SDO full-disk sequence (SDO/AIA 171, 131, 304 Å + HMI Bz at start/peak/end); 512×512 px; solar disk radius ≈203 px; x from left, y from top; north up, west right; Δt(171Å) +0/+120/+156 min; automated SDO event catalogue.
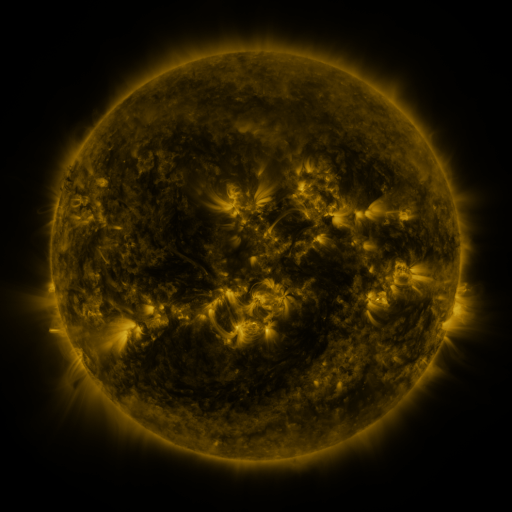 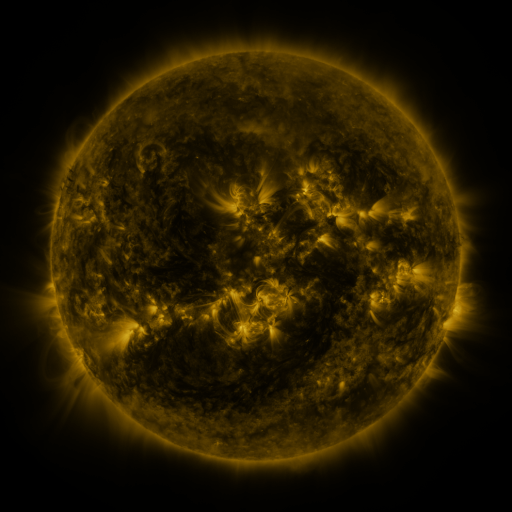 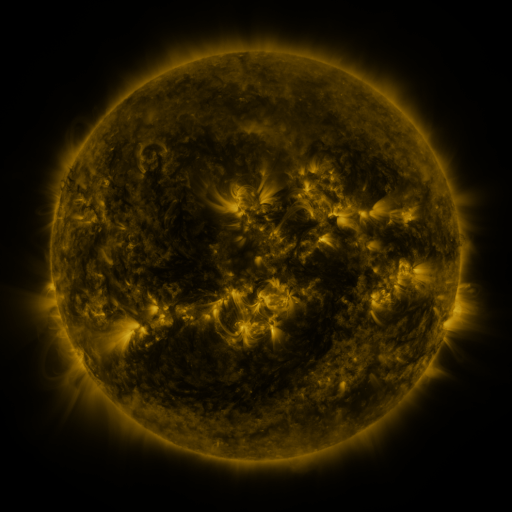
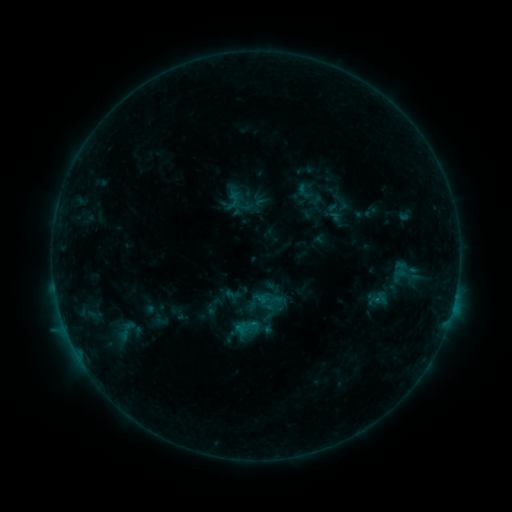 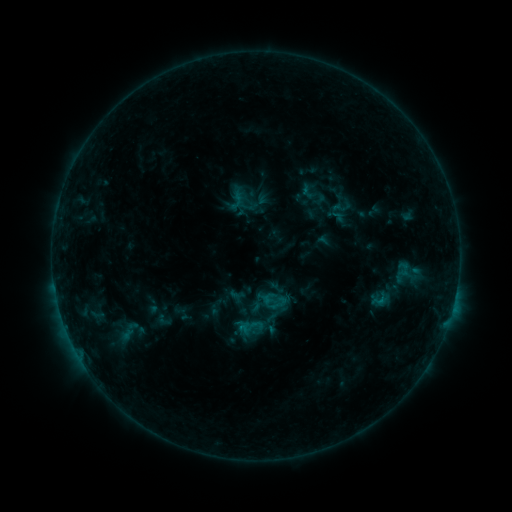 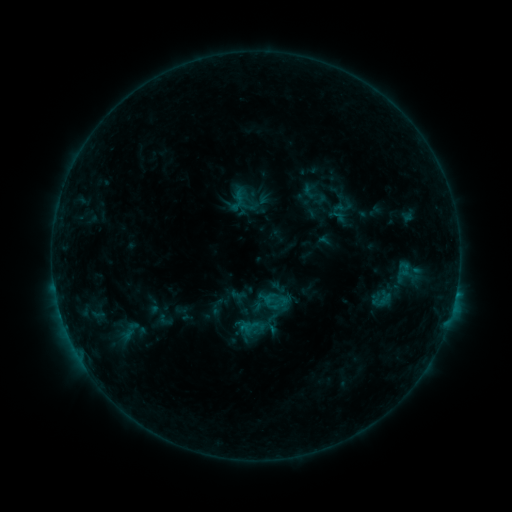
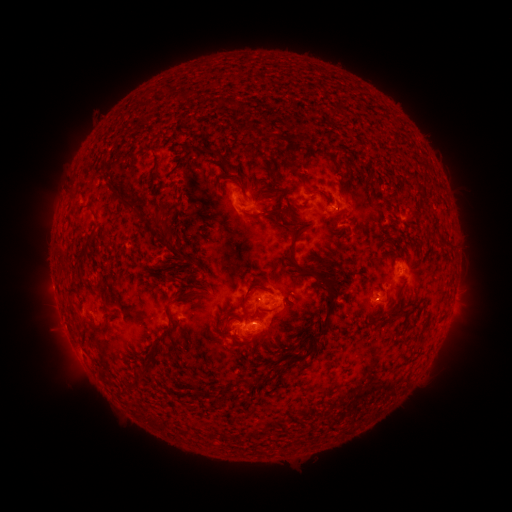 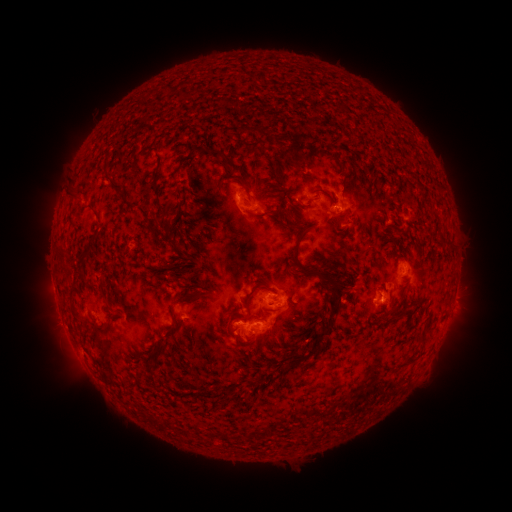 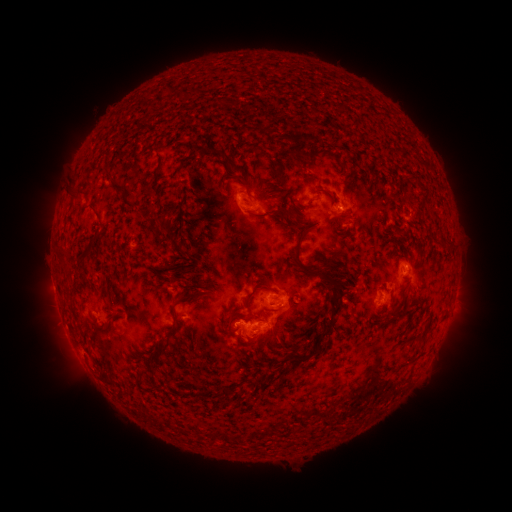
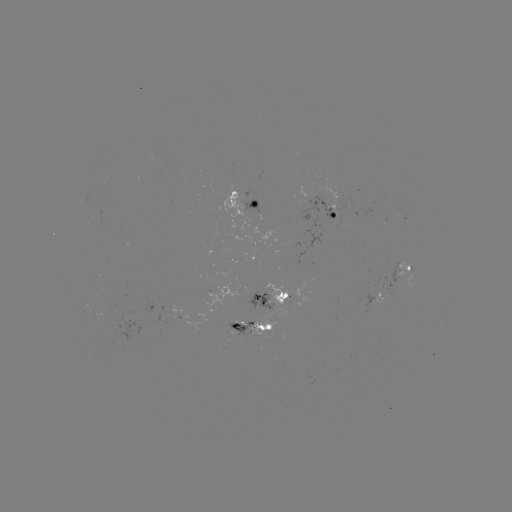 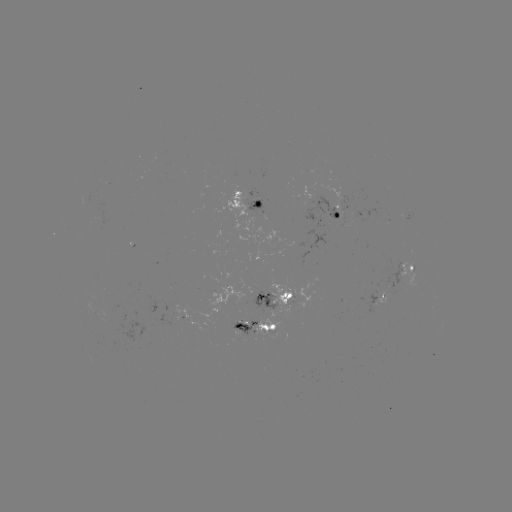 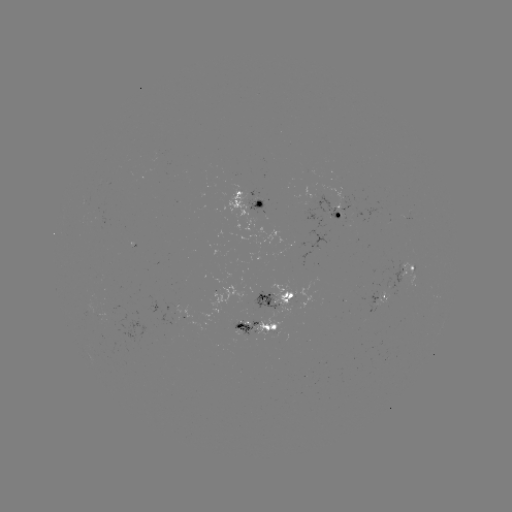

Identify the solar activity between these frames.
emerging-flux region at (288, 296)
